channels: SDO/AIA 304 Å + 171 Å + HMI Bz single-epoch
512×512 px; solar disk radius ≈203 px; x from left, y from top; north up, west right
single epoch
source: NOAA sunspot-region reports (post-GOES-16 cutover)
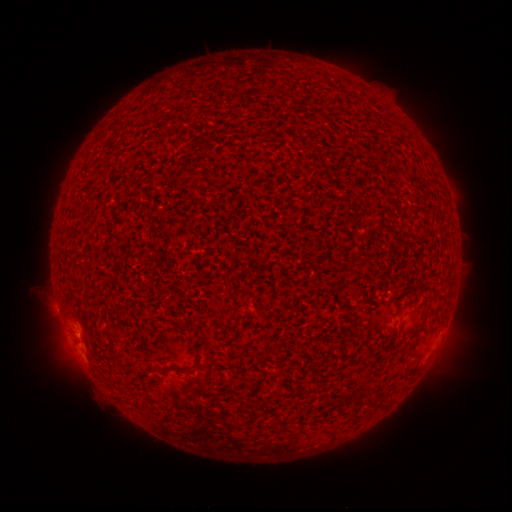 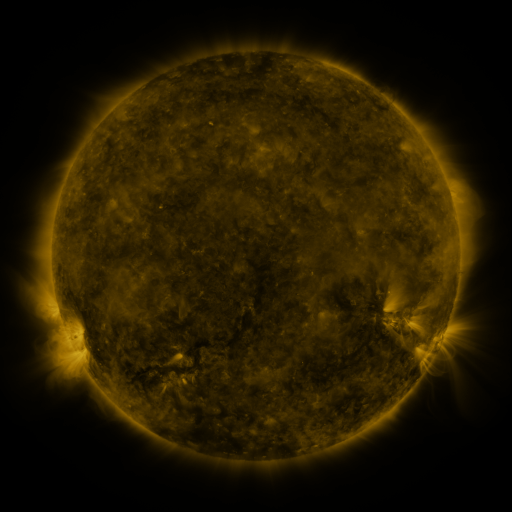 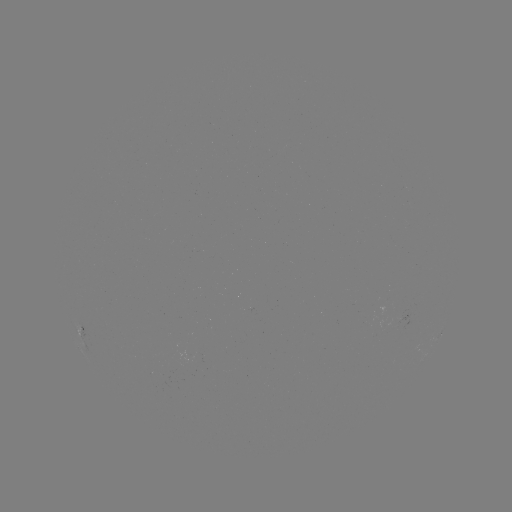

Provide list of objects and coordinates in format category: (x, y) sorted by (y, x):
spotted active region: (83, 334)
spotted active region: (441, 335)
